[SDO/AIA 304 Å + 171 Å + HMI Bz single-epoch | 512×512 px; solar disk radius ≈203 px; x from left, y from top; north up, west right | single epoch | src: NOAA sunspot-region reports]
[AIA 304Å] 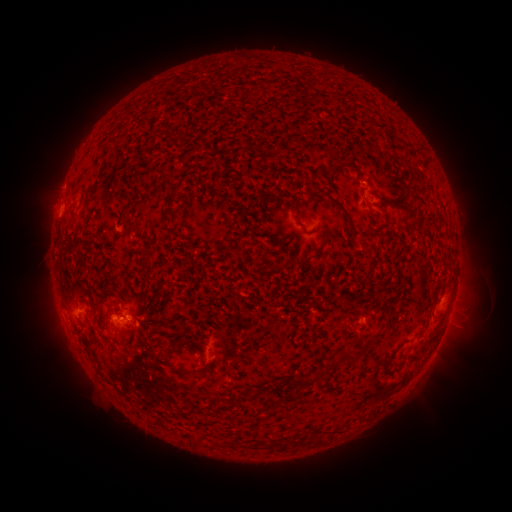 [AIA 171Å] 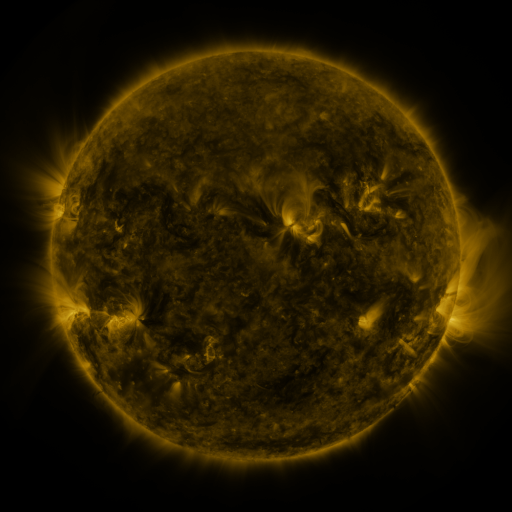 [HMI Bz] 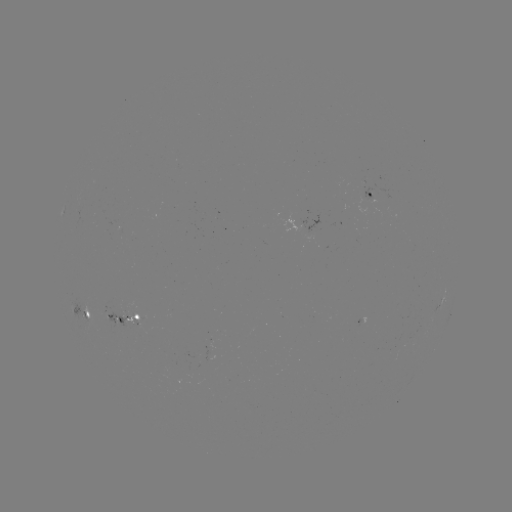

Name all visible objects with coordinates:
spotted active region: (374, 195)
spotted active region: (442, 297)
spotted active region: (88, 311)
spotted active region: (130, 317)
spotted active region: (367, 322)
